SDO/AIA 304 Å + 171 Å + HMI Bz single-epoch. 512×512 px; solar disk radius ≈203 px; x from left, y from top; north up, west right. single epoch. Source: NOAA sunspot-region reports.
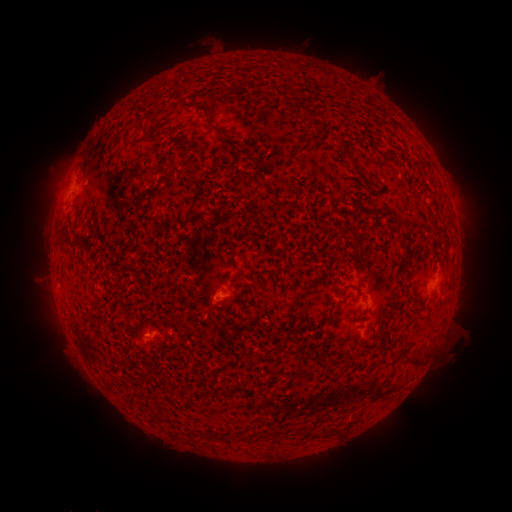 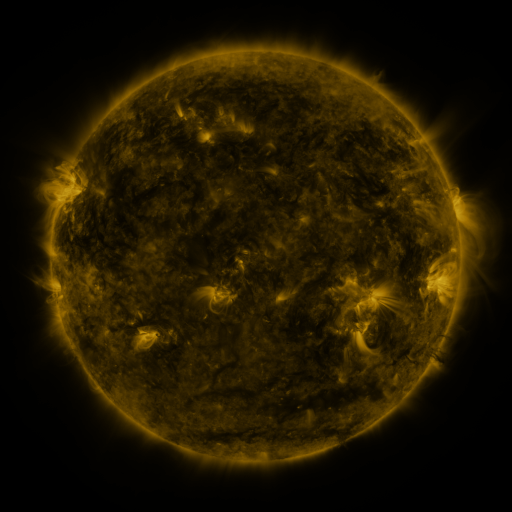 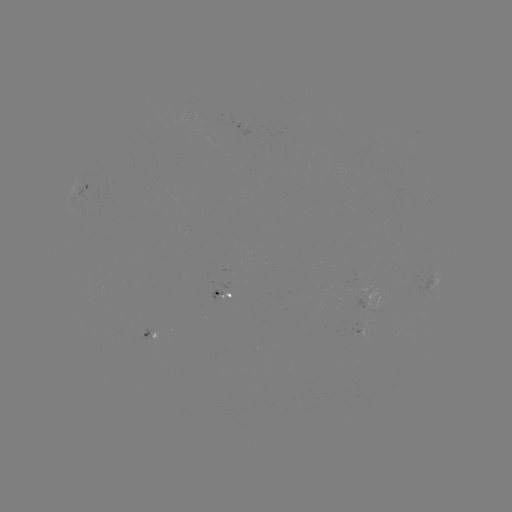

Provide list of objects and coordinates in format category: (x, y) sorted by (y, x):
spotted active region: (88, 187)
spotted active region: (453, 210)
spotted active region: (225, 294)
spotted active region: (378, 299)
spotted active region: (152, 332)
